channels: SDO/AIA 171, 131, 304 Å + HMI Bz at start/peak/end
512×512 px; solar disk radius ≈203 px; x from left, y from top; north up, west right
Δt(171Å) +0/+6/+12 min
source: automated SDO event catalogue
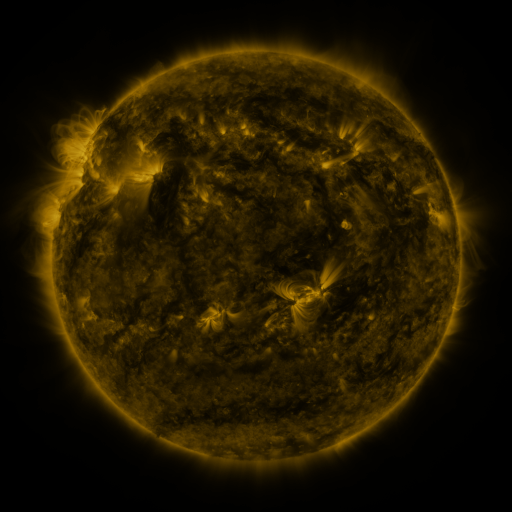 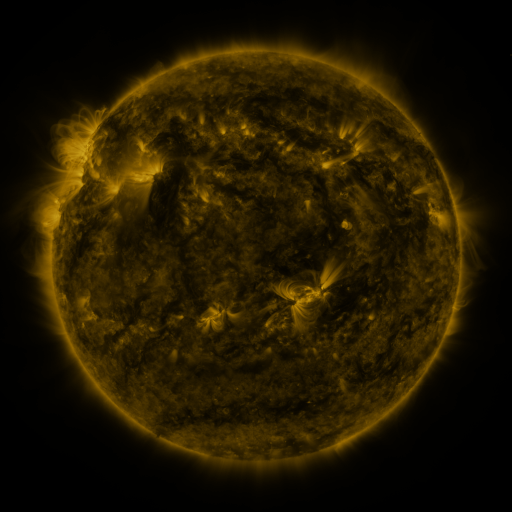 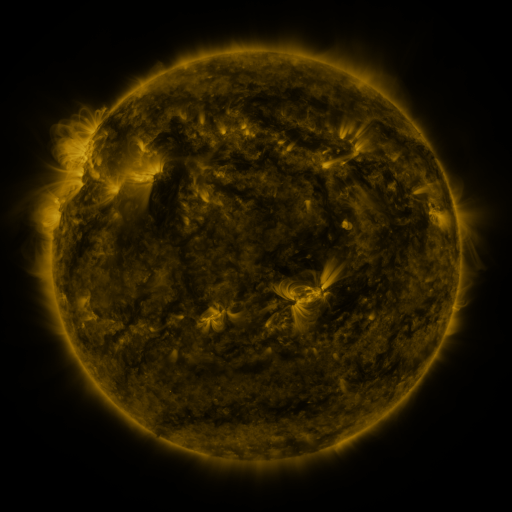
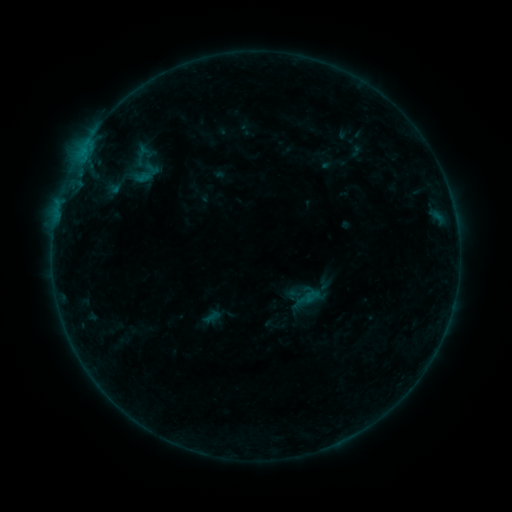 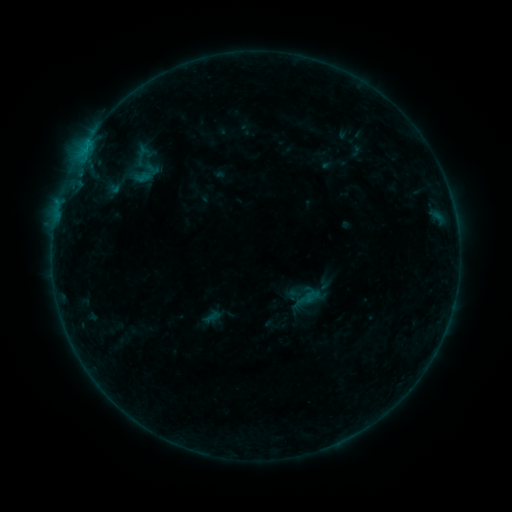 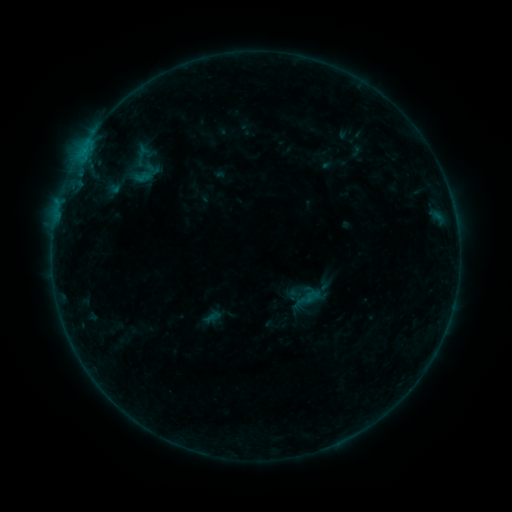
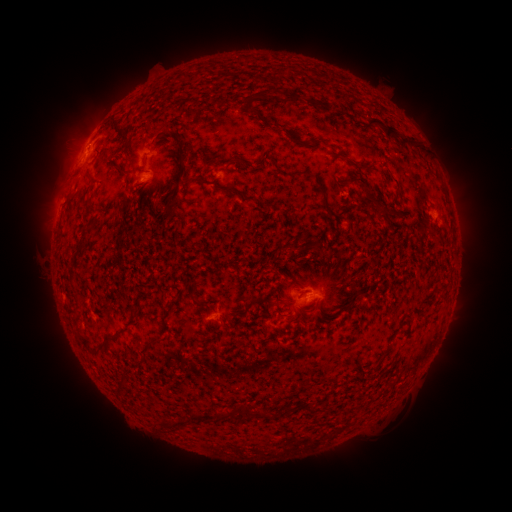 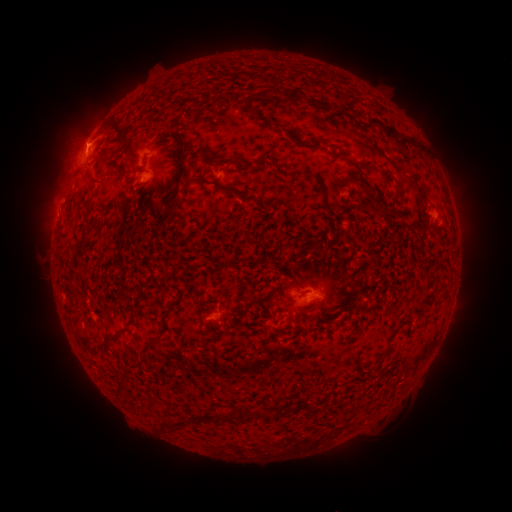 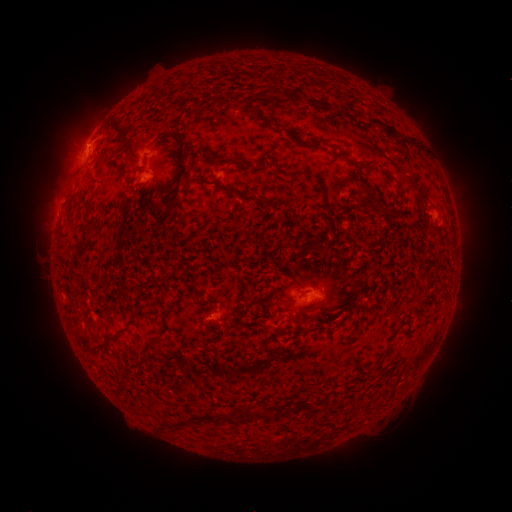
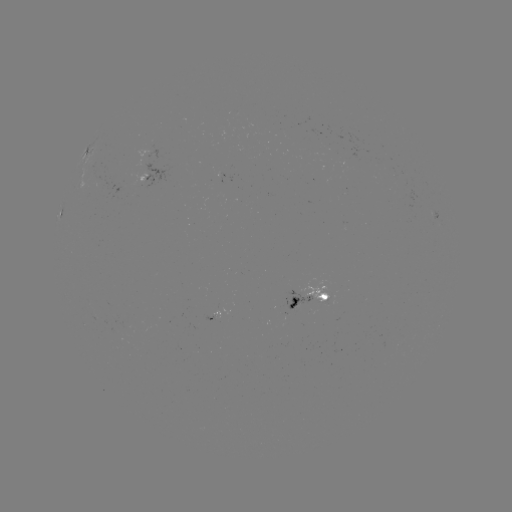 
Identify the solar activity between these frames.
B3.7 flare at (87, 146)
